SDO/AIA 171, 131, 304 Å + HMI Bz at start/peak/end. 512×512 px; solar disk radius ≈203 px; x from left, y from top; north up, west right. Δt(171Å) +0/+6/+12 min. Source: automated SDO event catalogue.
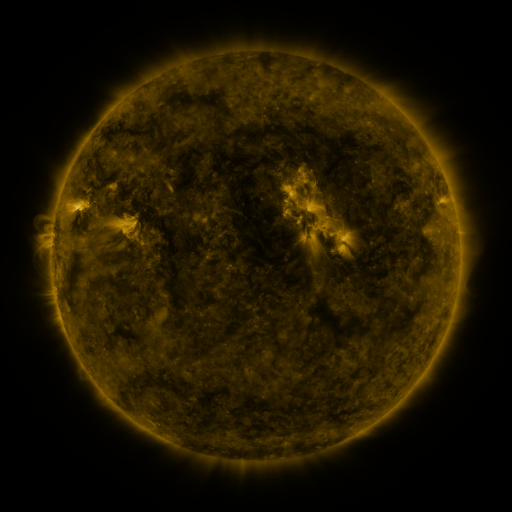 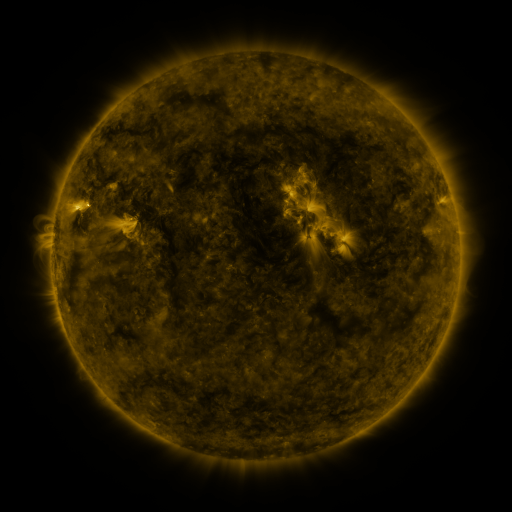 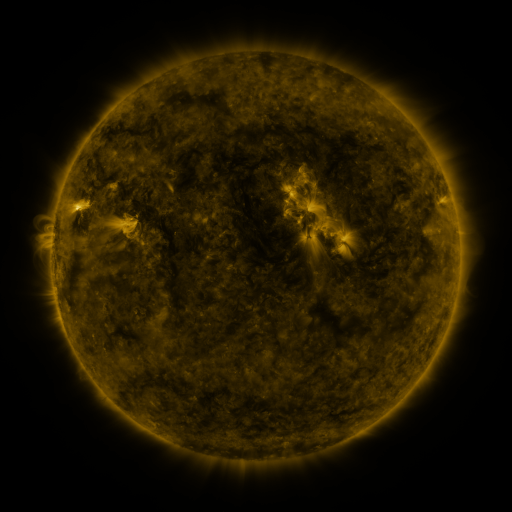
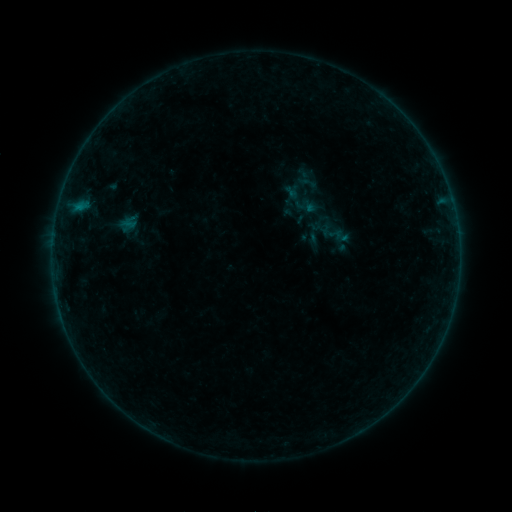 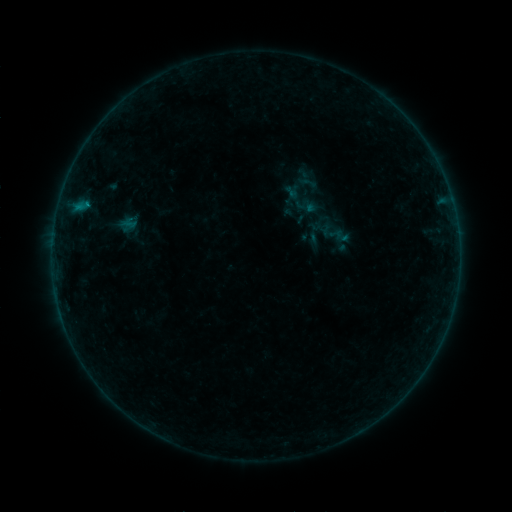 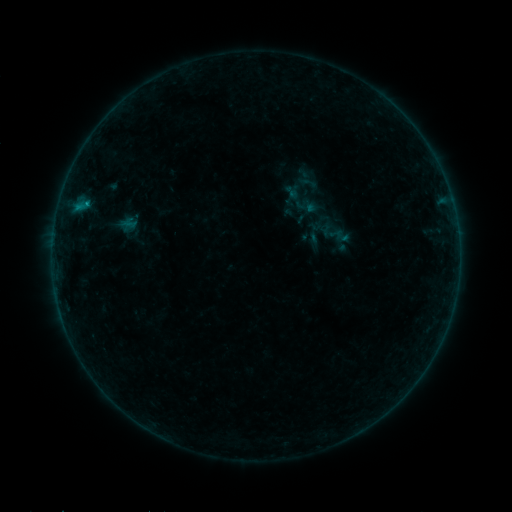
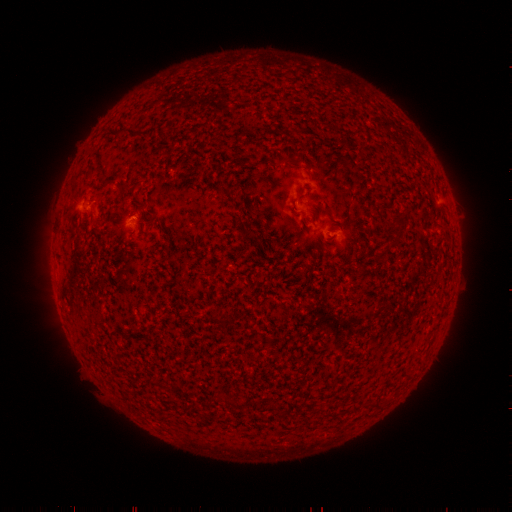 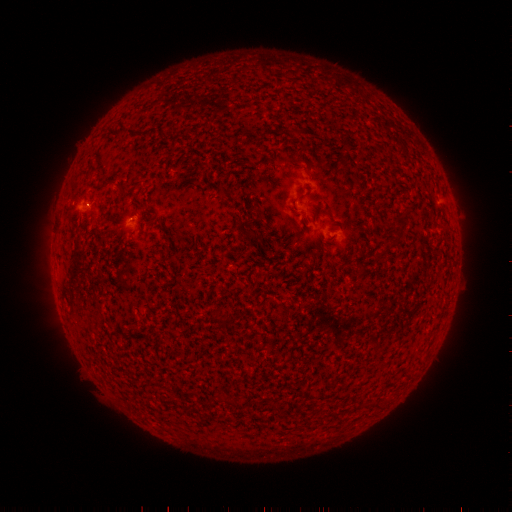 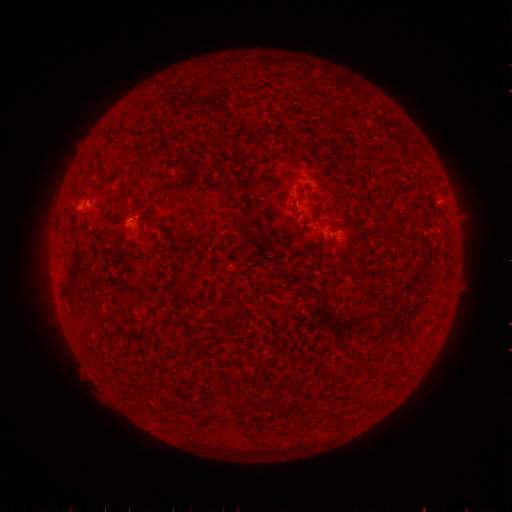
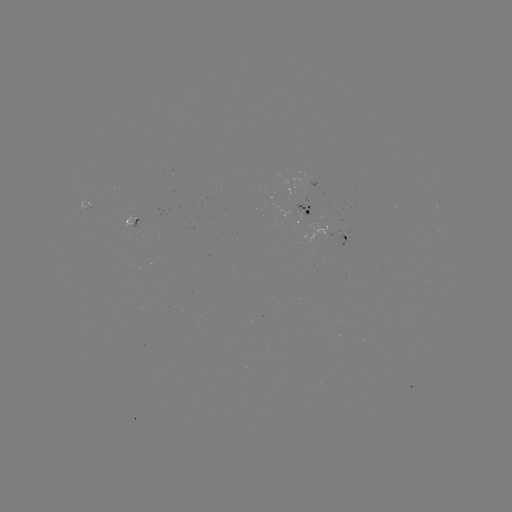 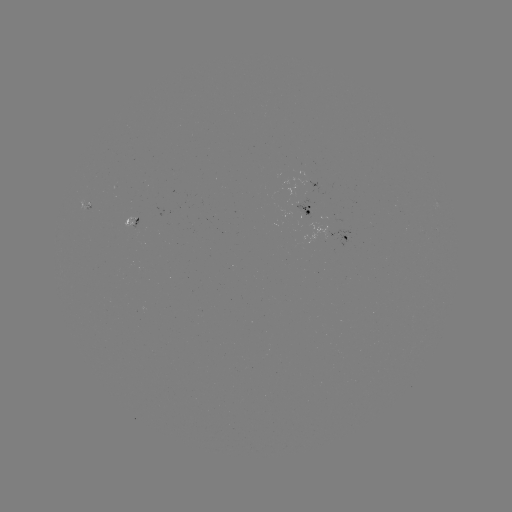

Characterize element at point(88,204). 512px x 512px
B4.3 flare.